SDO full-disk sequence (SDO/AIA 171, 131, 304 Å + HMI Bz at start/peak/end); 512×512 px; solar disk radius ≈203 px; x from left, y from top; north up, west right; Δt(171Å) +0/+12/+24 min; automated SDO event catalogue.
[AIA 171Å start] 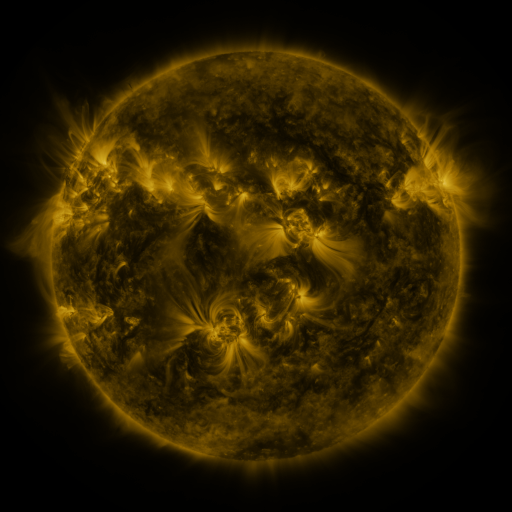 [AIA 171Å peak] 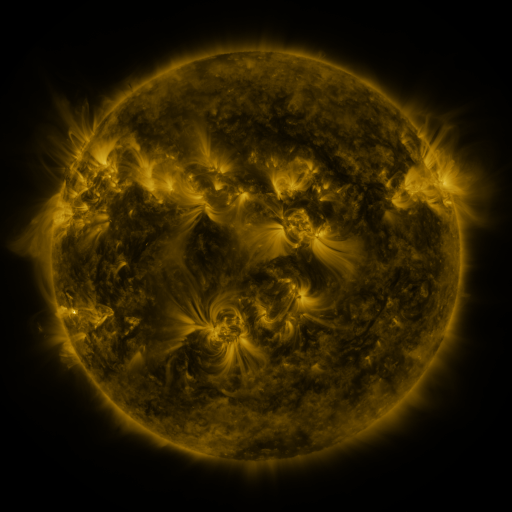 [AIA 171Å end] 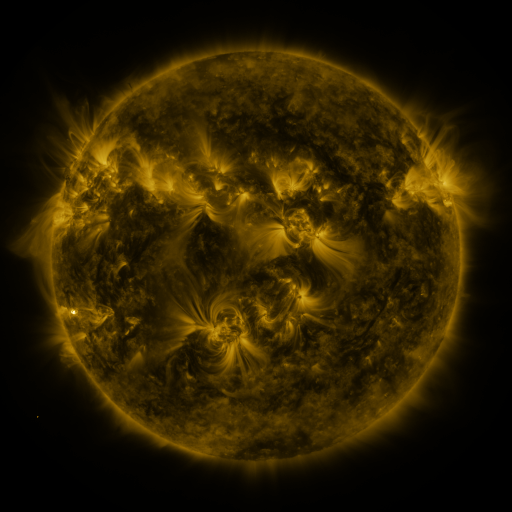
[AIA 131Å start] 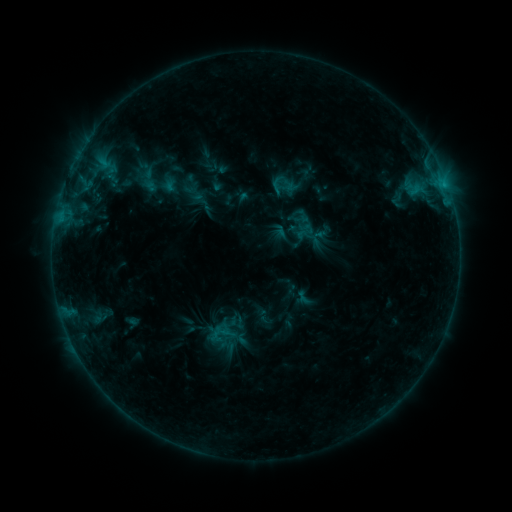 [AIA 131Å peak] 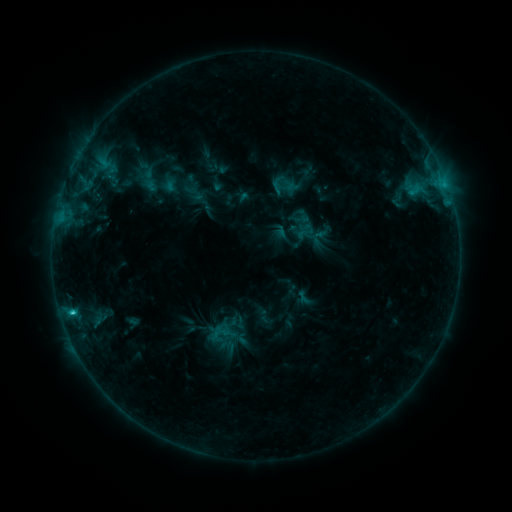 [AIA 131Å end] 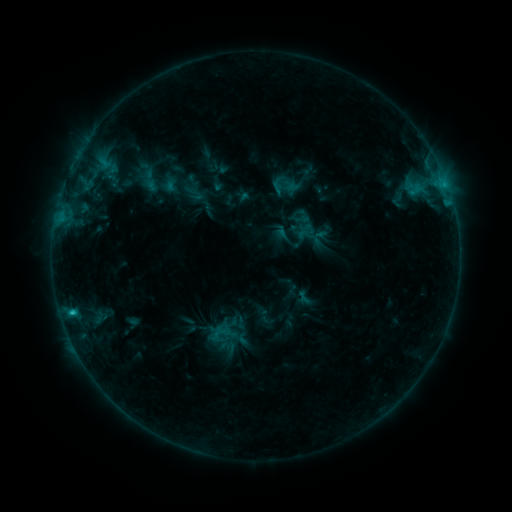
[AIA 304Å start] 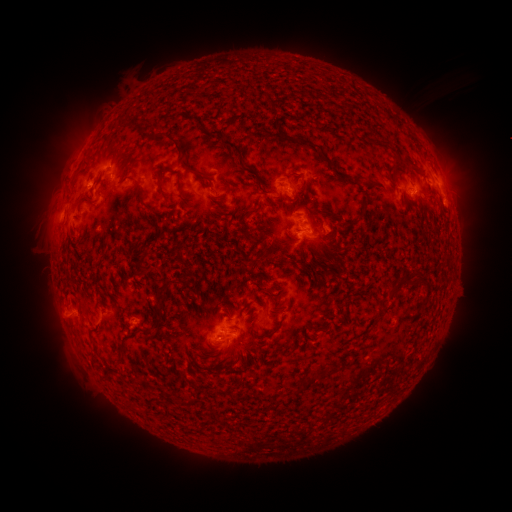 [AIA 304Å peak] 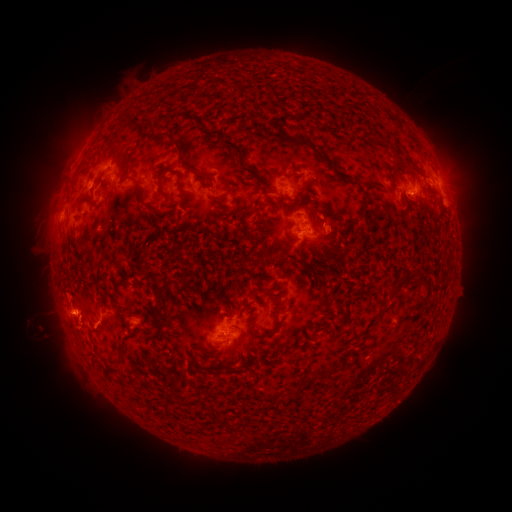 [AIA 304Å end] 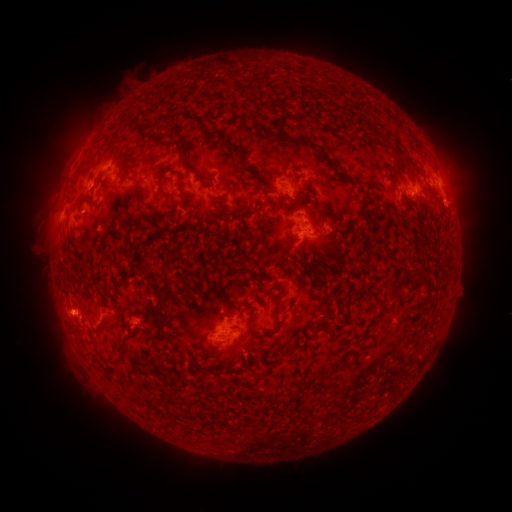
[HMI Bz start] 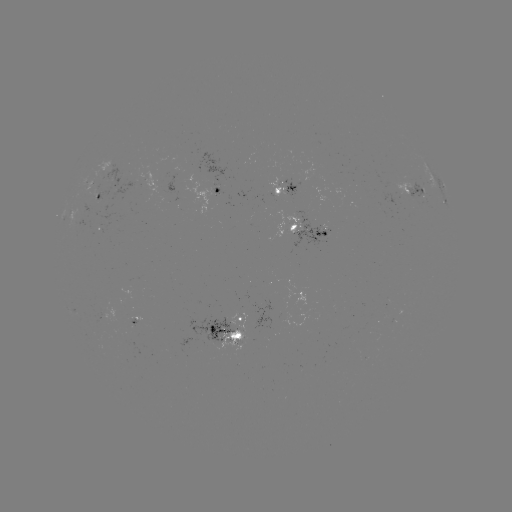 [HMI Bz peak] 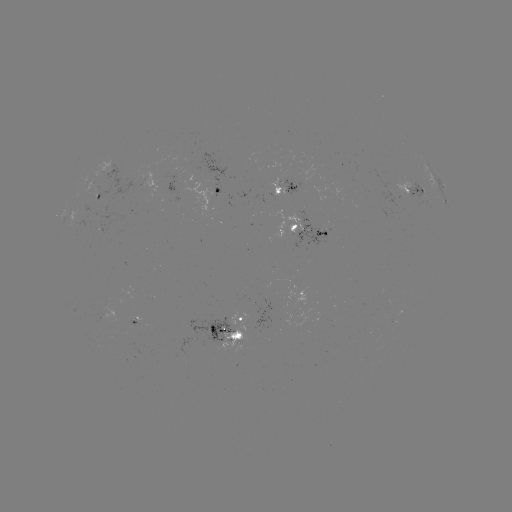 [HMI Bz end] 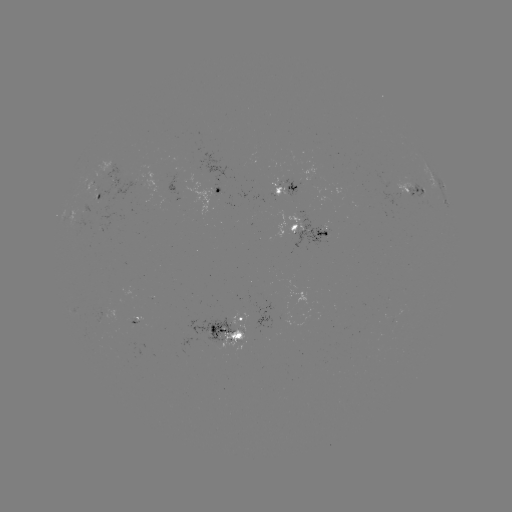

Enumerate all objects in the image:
C1.3 flare: (72, 309)
